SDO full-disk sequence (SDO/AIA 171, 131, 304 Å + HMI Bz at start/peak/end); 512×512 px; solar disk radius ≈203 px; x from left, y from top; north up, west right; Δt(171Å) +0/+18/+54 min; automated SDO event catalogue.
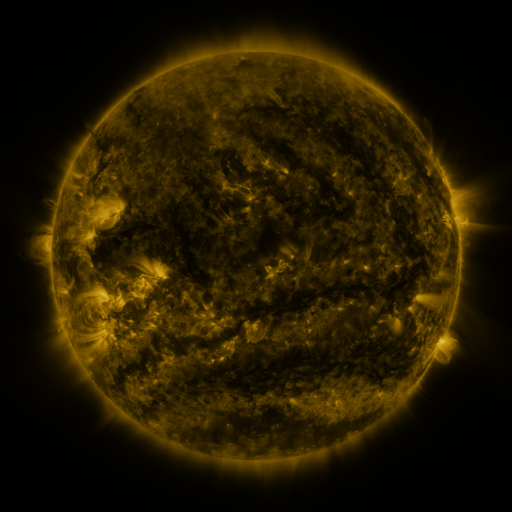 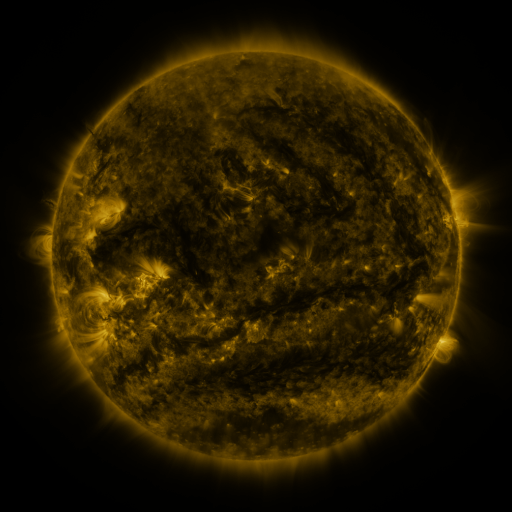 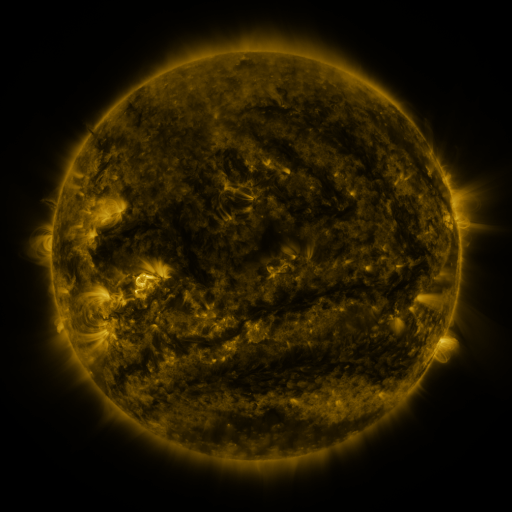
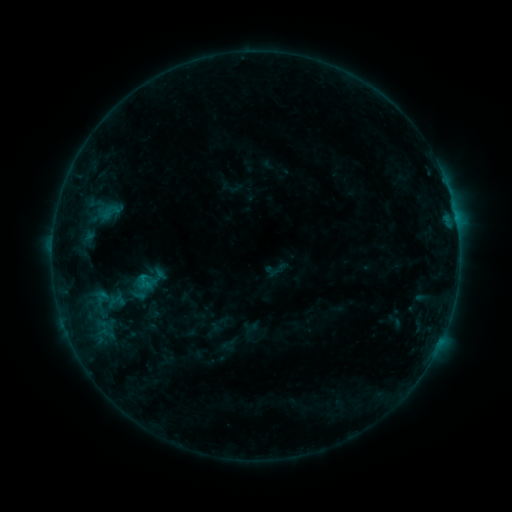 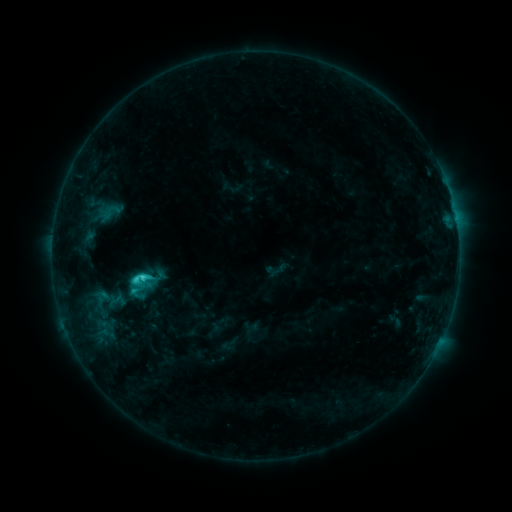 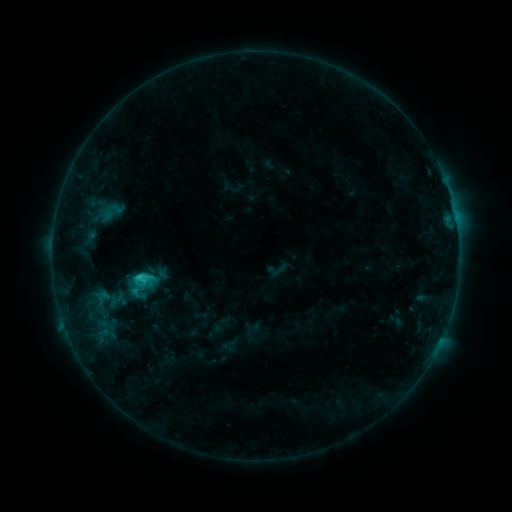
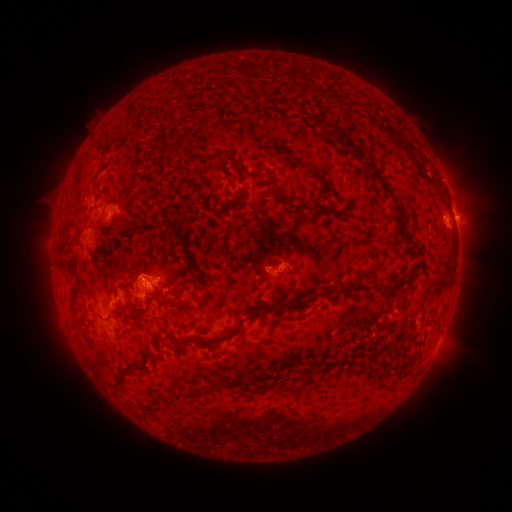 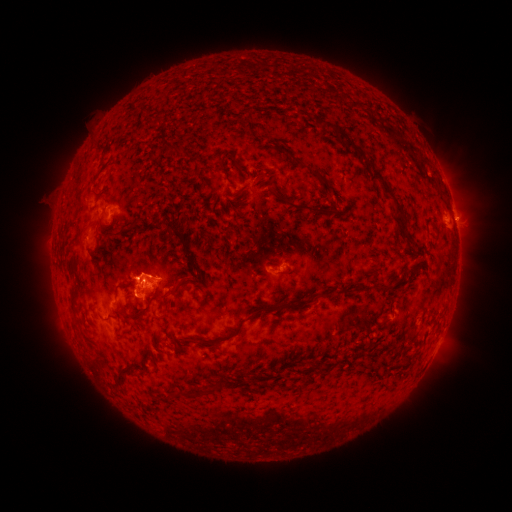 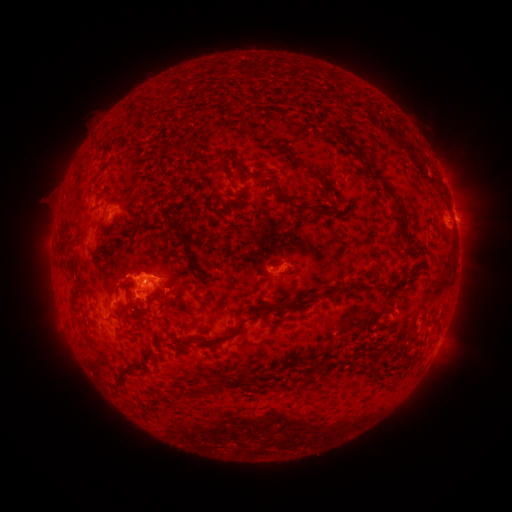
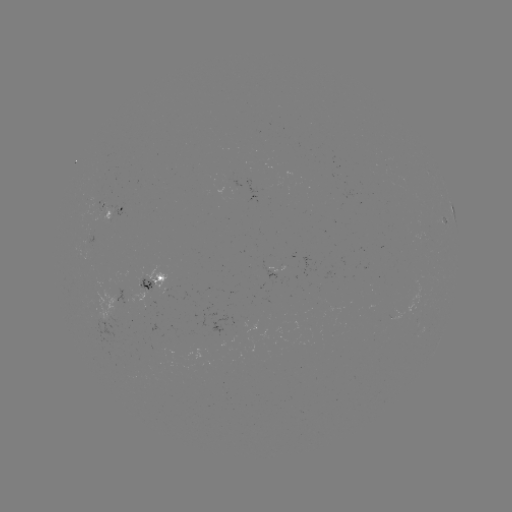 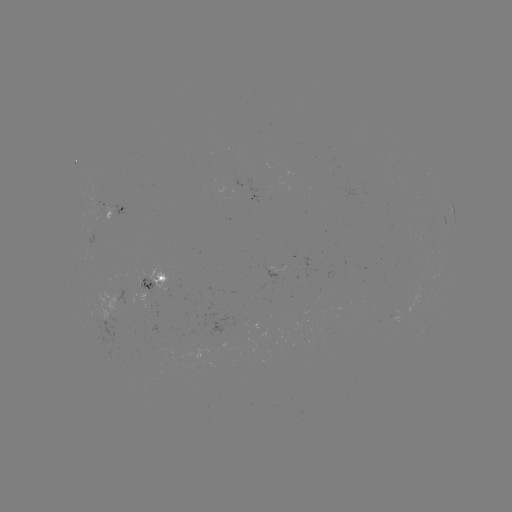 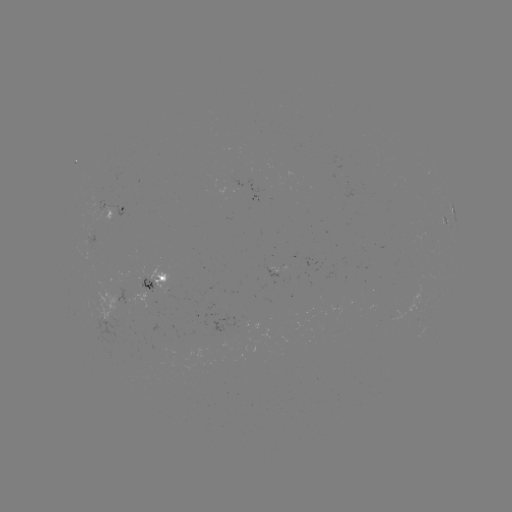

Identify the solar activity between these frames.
C3.0 flare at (144, 276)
